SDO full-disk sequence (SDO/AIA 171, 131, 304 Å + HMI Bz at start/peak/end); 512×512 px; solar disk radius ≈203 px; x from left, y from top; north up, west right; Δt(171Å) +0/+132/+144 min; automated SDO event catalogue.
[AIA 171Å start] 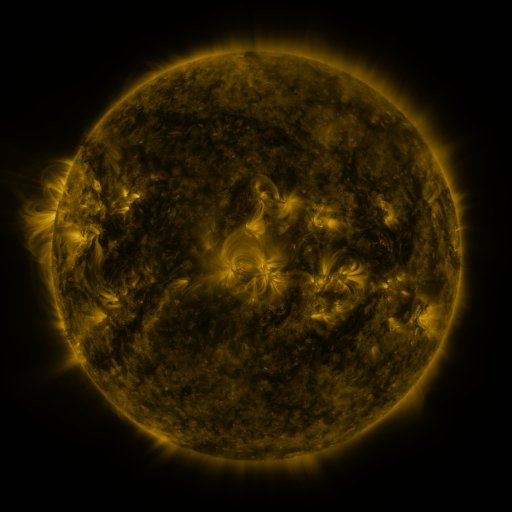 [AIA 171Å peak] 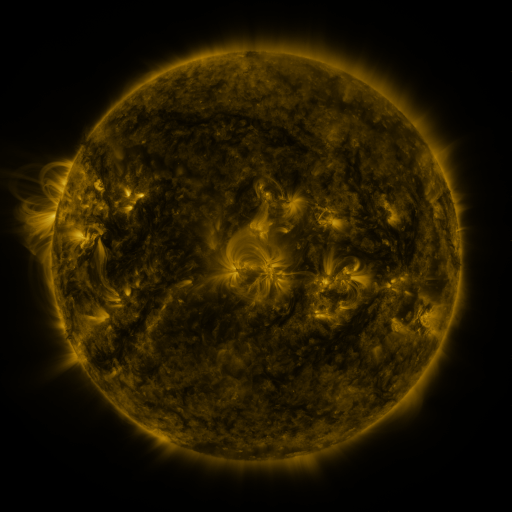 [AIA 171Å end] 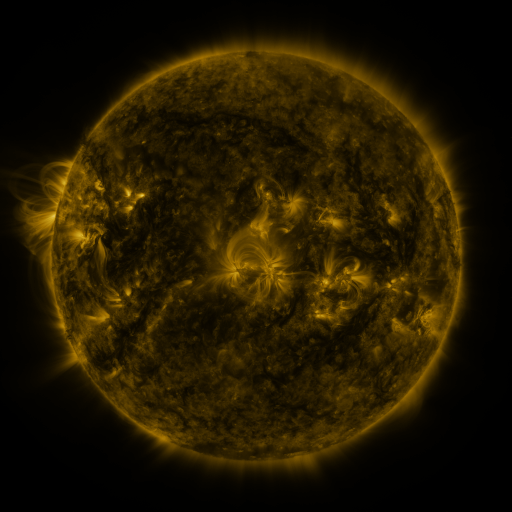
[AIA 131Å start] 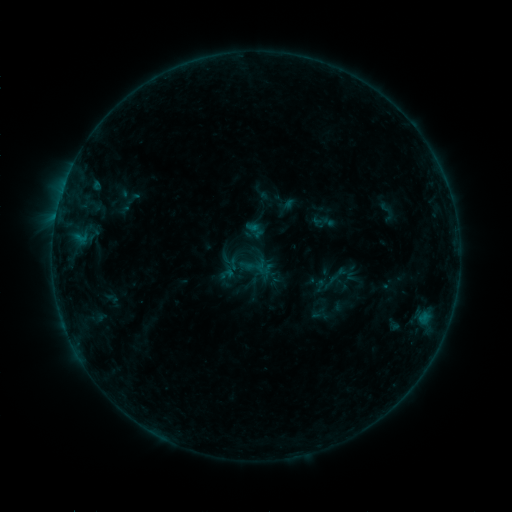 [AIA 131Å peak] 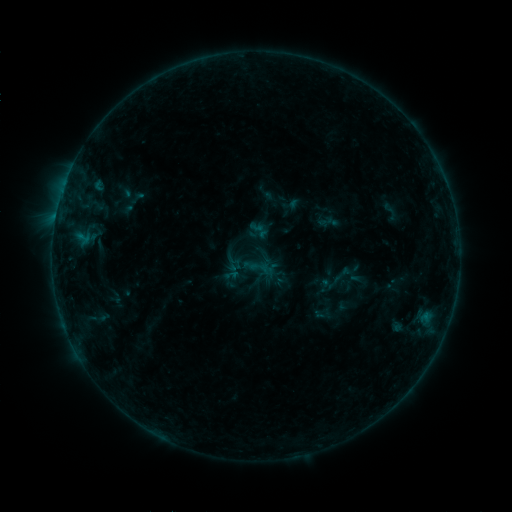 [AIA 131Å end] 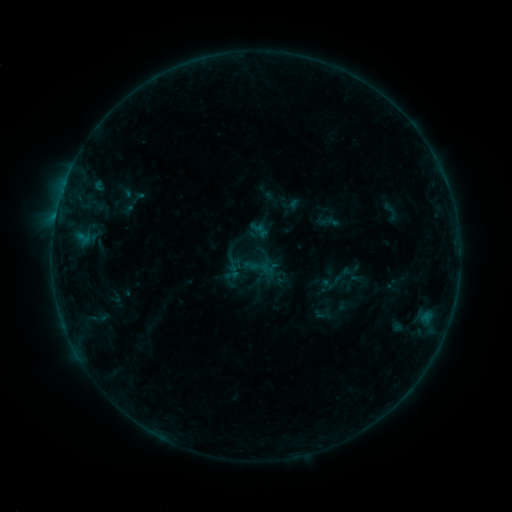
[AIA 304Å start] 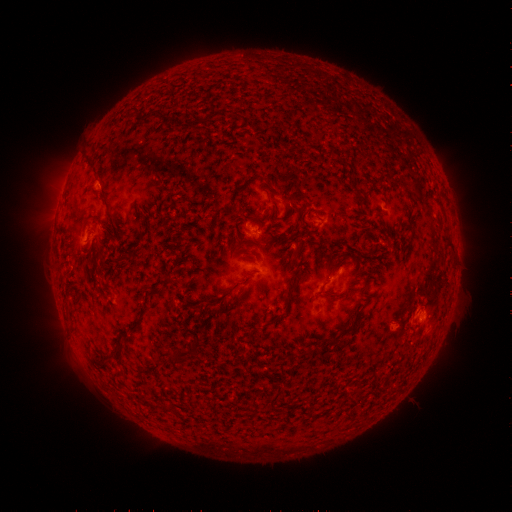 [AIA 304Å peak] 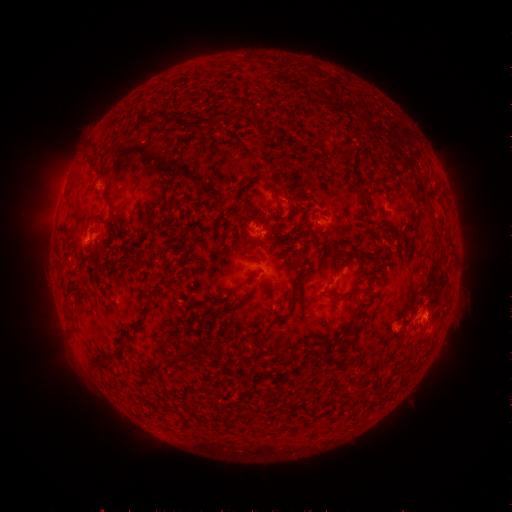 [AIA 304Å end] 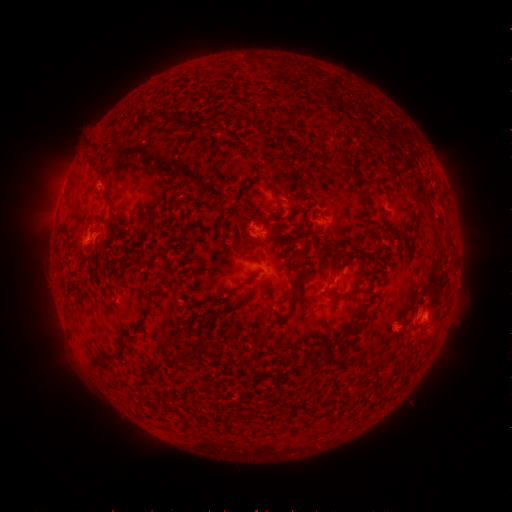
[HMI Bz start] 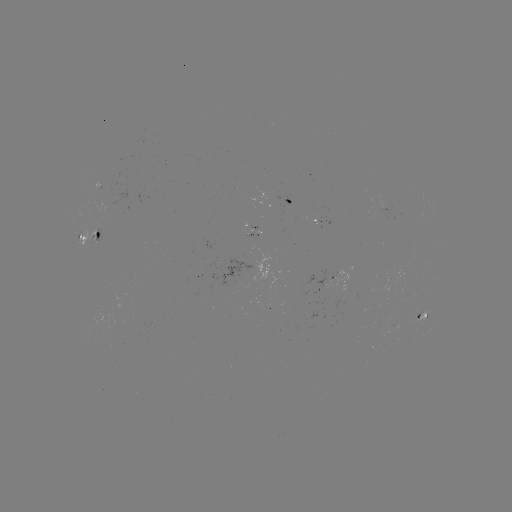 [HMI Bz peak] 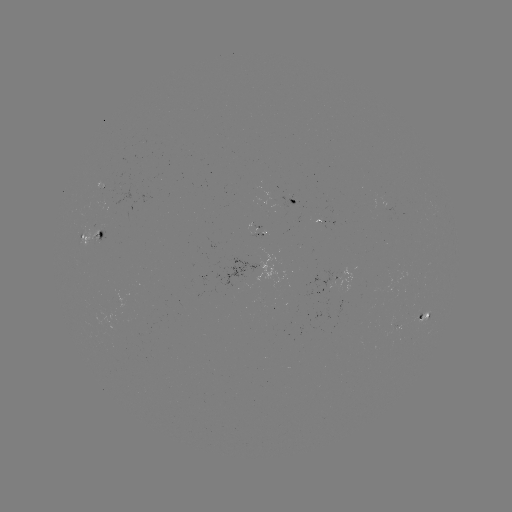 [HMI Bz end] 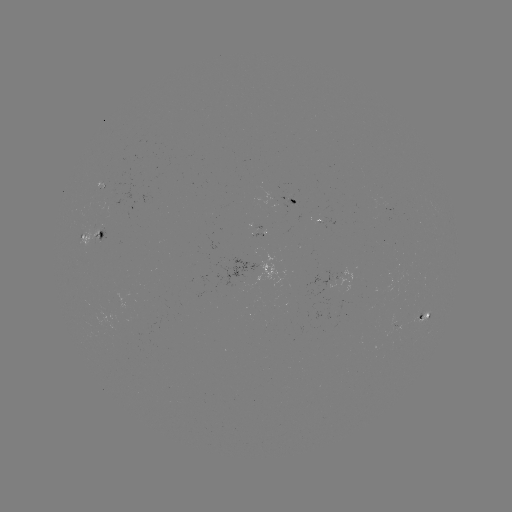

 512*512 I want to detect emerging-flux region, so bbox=[311, 220, 322, 225].